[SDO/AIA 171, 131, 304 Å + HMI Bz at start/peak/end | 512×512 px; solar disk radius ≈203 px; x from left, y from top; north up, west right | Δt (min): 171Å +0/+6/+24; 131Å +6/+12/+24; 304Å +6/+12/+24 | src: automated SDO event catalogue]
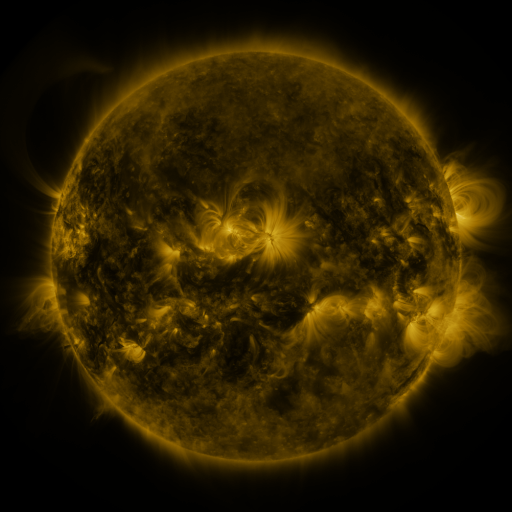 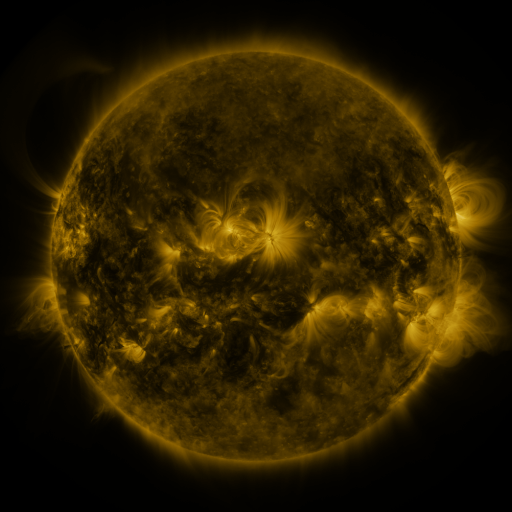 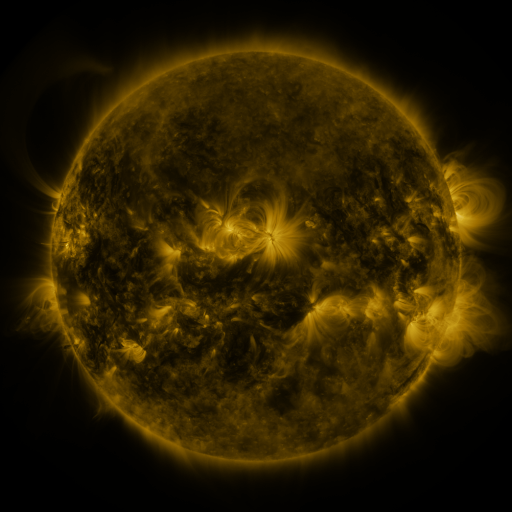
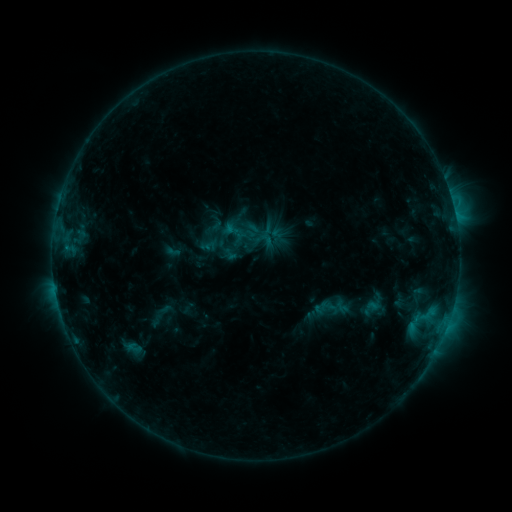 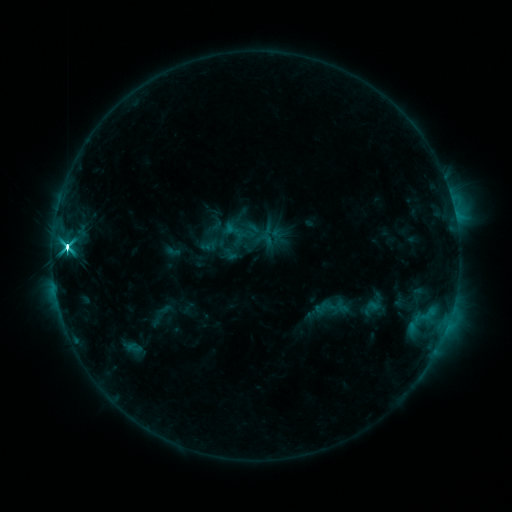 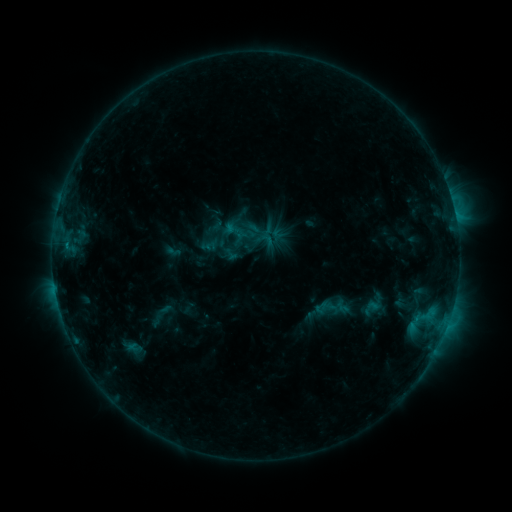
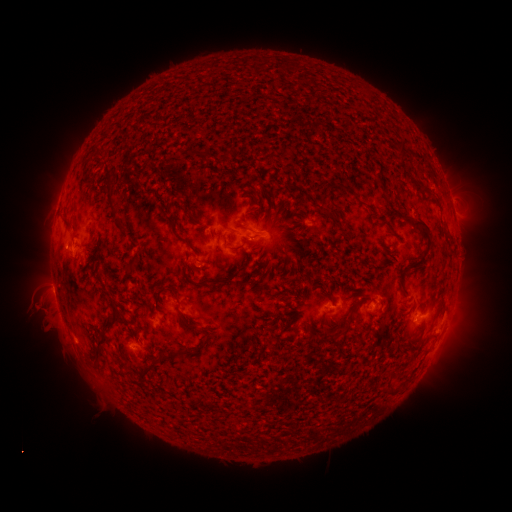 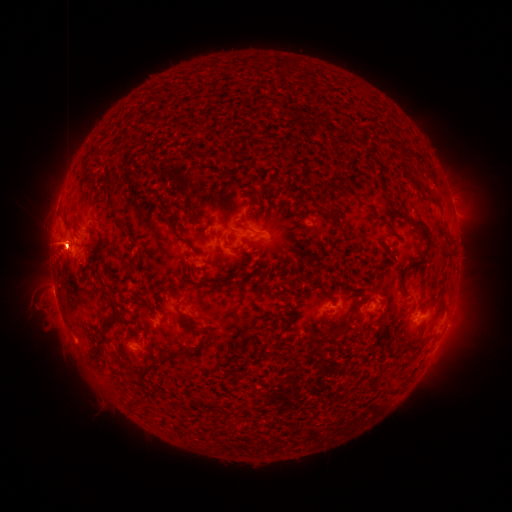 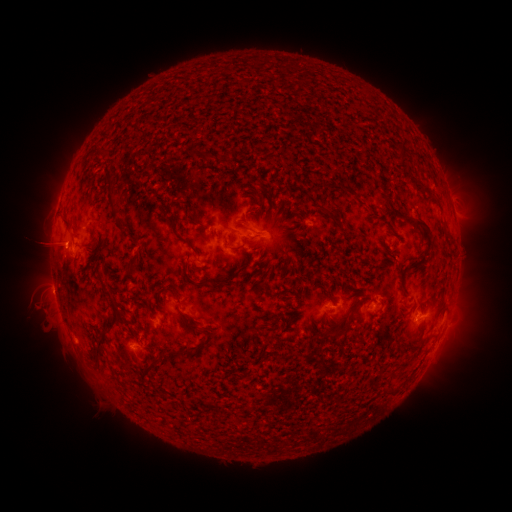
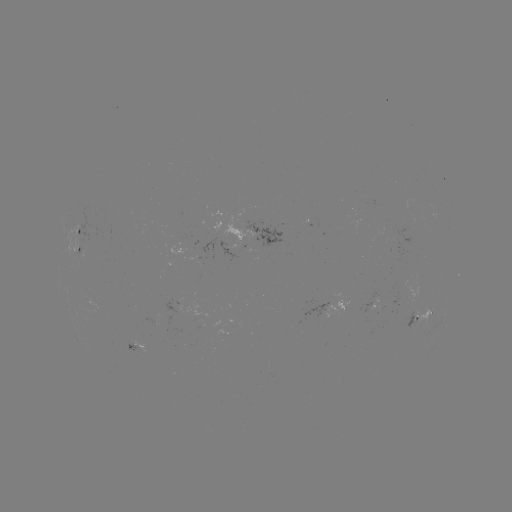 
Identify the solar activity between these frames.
M1.2 flare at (66, 250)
